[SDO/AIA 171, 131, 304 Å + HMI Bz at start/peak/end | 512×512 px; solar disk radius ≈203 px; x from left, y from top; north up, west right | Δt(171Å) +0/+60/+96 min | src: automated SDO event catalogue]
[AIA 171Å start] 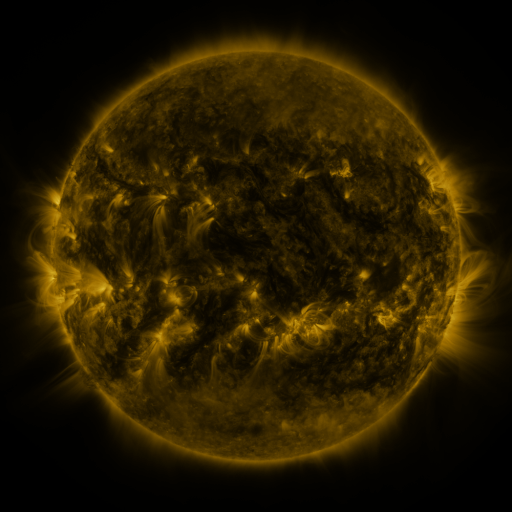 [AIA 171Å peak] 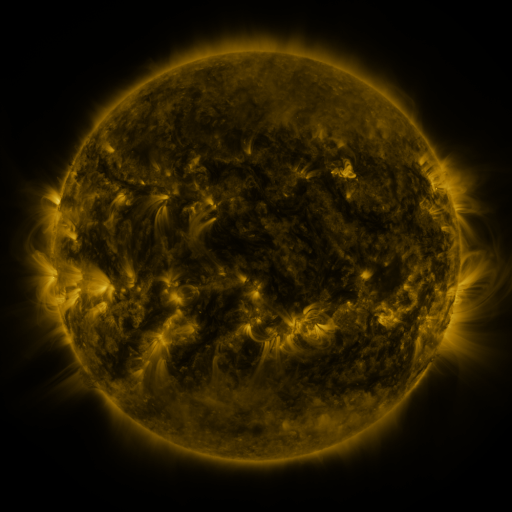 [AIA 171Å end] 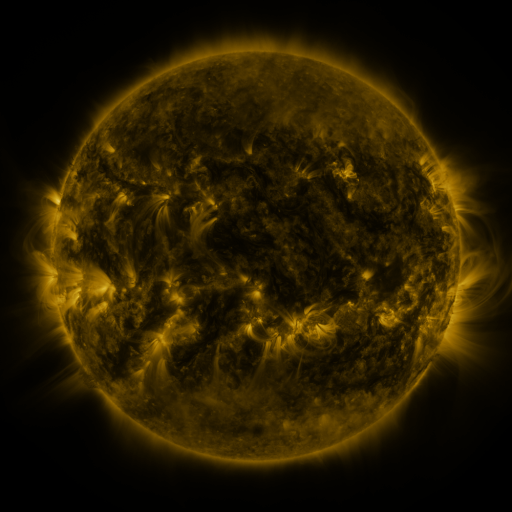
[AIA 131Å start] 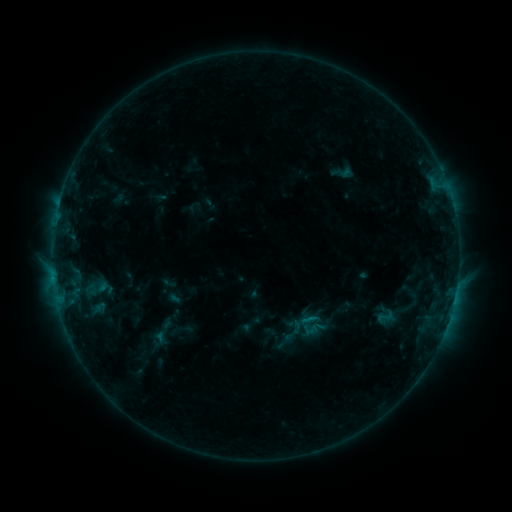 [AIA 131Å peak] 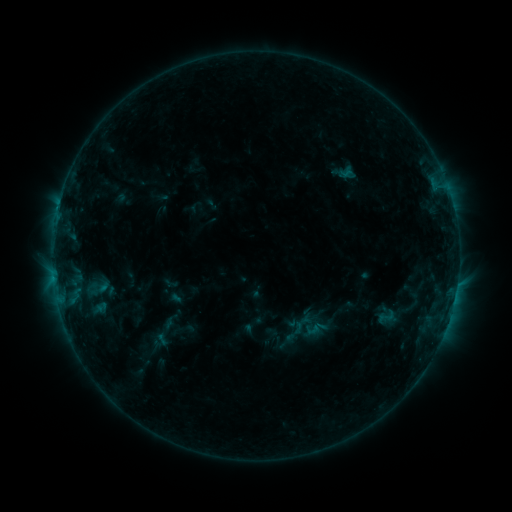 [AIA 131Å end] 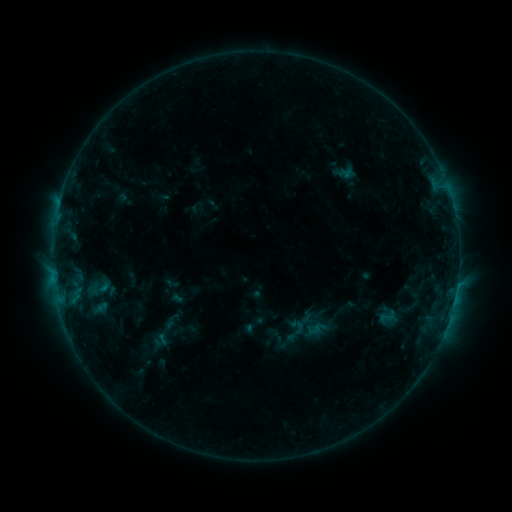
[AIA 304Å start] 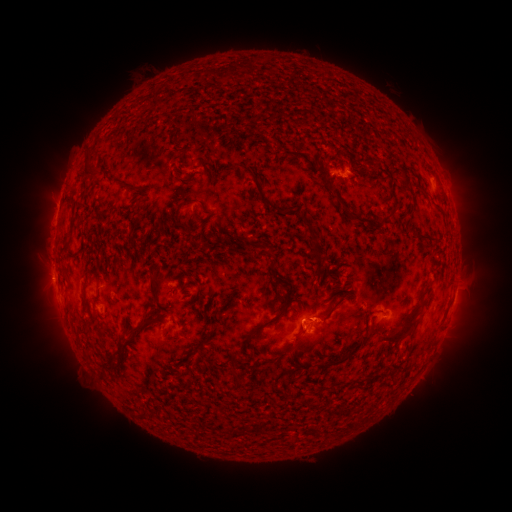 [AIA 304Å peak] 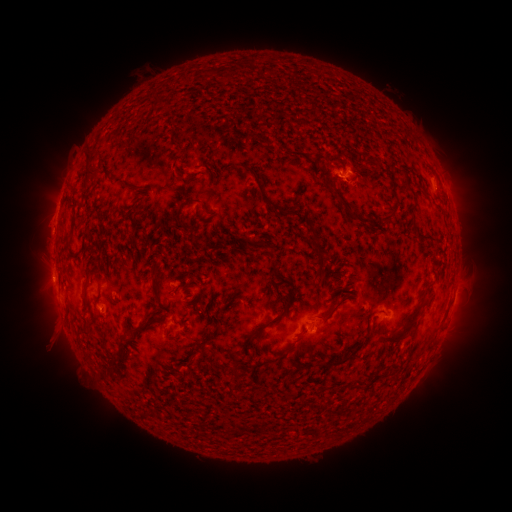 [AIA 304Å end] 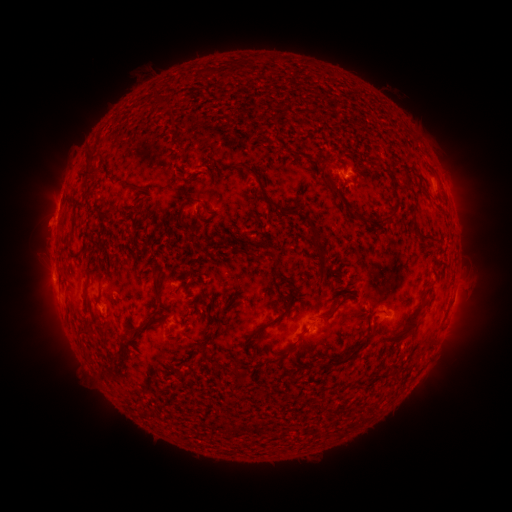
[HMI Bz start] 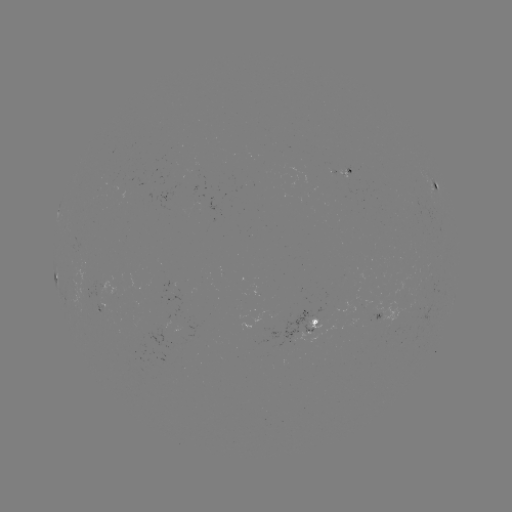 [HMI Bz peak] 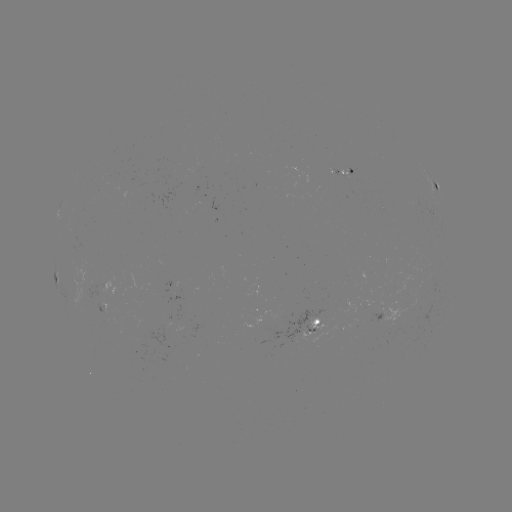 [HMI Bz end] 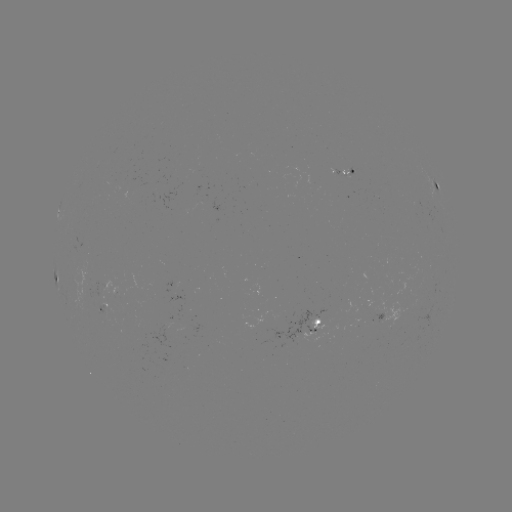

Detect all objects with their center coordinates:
emerging-flux region: (103, 312)
